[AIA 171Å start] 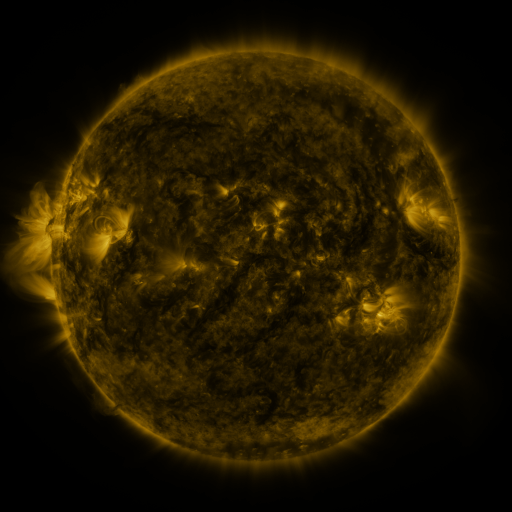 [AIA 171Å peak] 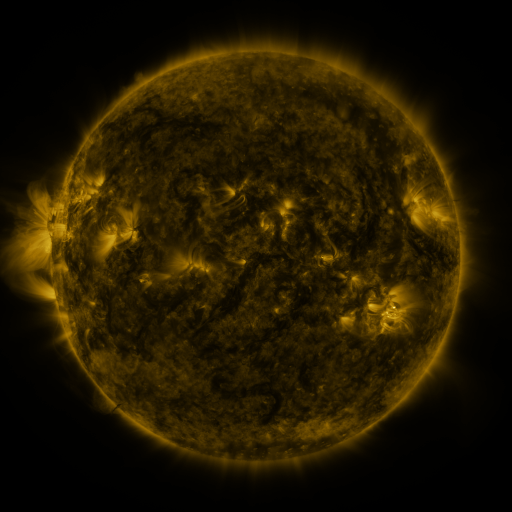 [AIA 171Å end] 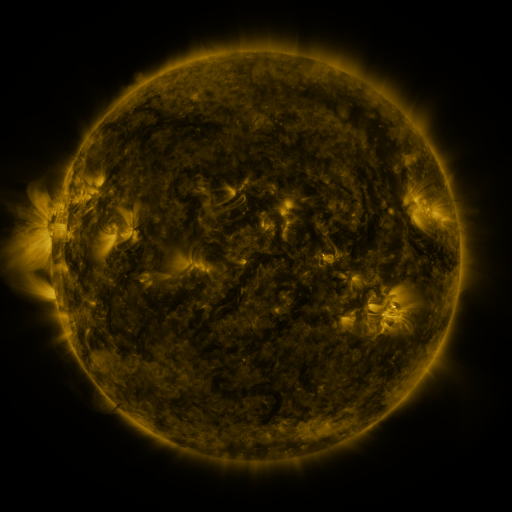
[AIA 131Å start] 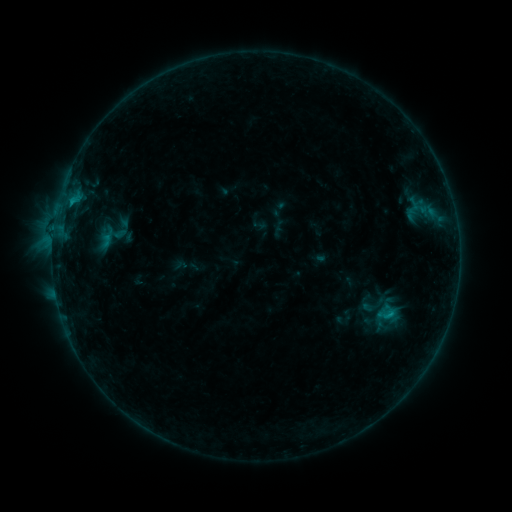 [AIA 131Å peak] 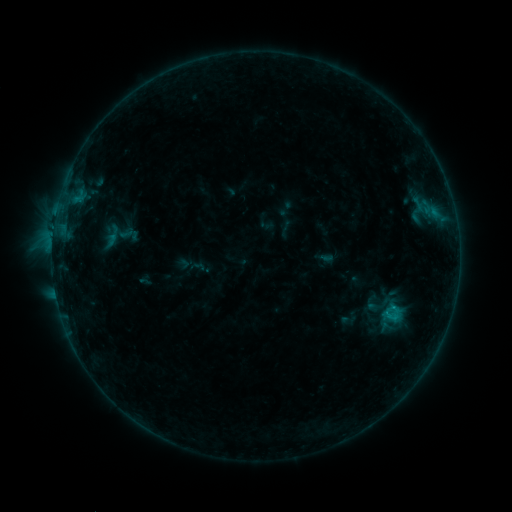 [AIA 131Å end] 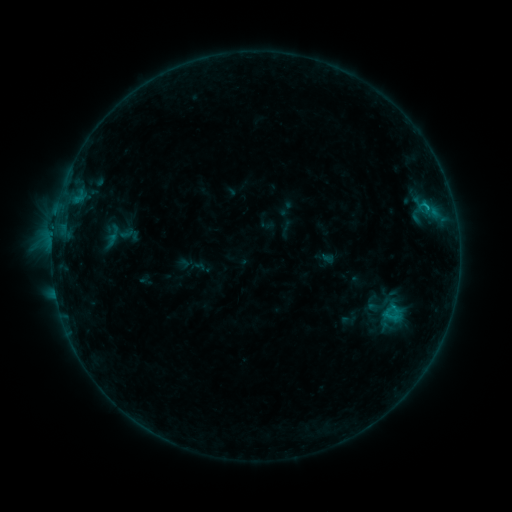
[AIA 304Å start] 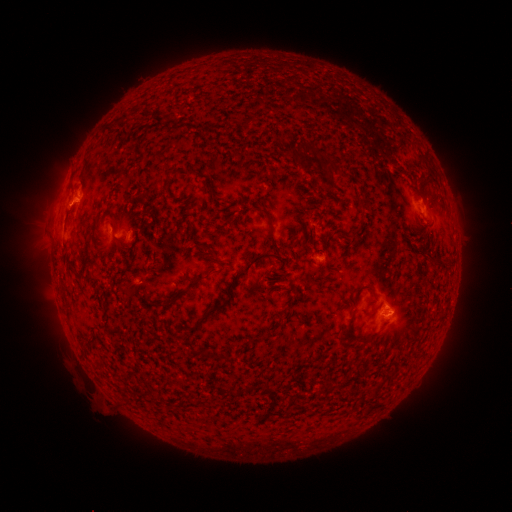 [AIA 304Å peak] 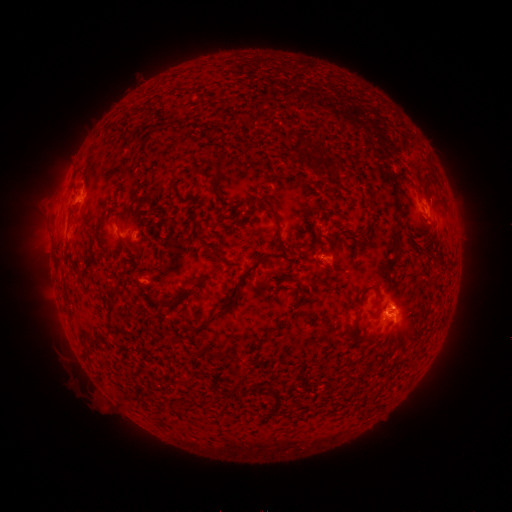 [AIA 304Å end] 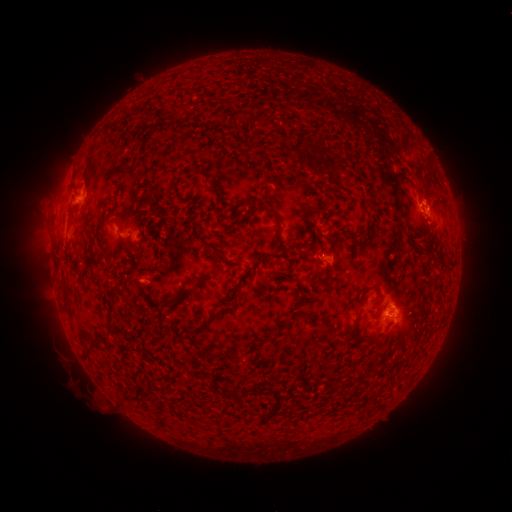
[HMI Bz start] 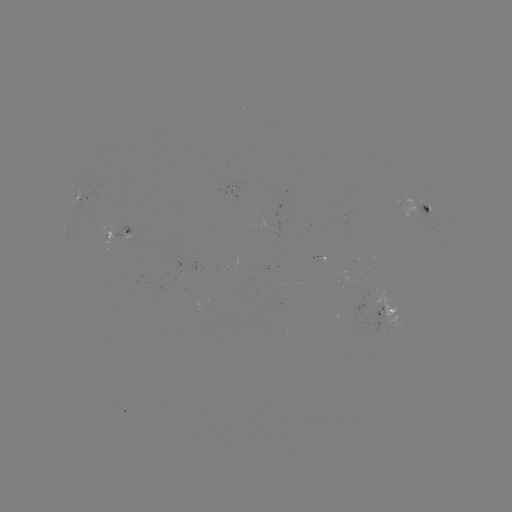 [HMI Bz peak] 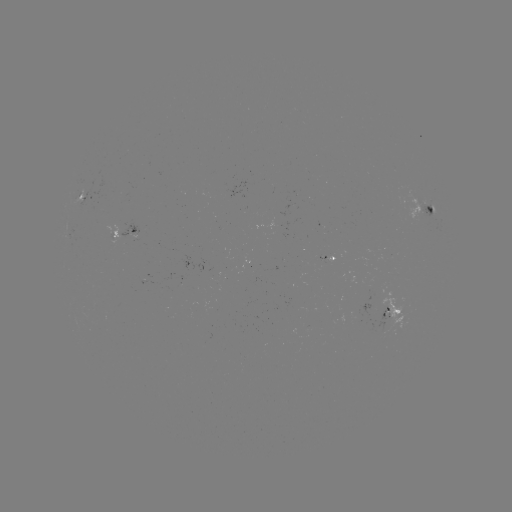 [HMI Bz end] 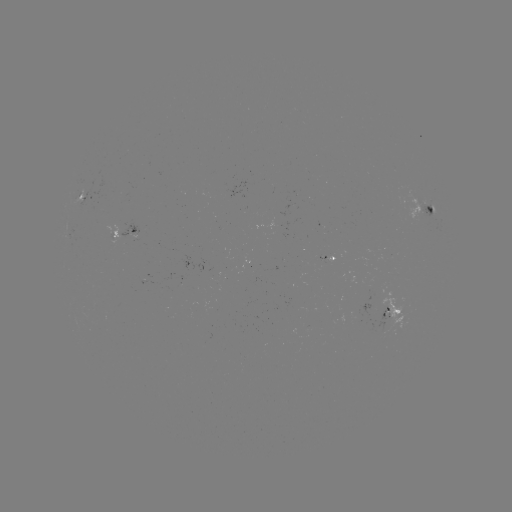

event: emerging-flux region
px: (327, 261)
